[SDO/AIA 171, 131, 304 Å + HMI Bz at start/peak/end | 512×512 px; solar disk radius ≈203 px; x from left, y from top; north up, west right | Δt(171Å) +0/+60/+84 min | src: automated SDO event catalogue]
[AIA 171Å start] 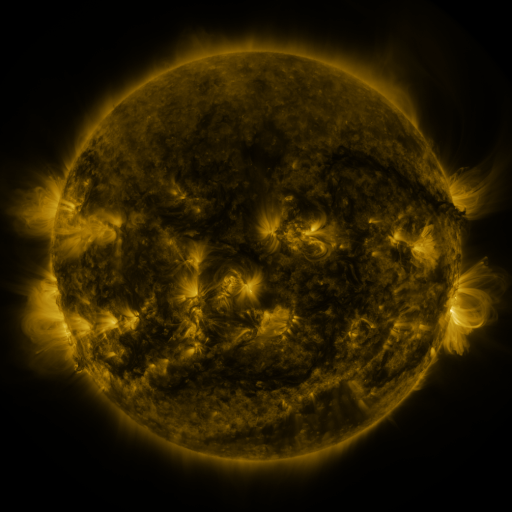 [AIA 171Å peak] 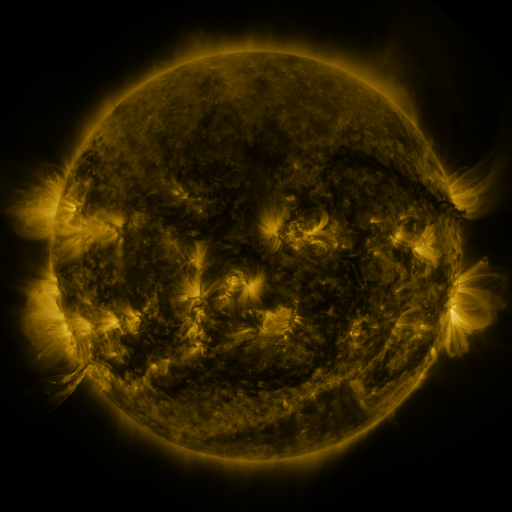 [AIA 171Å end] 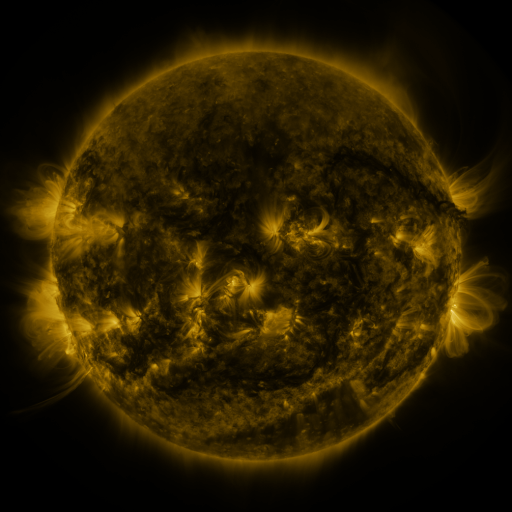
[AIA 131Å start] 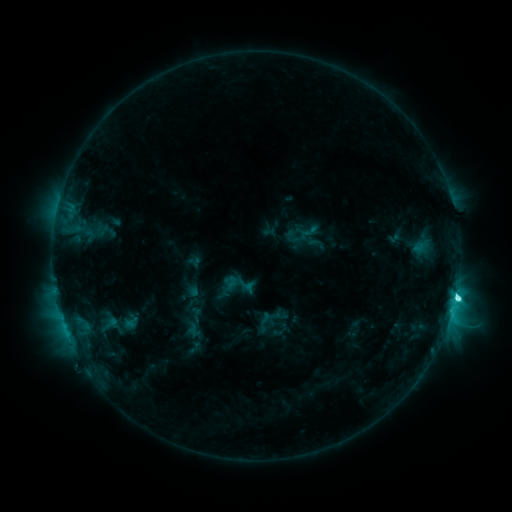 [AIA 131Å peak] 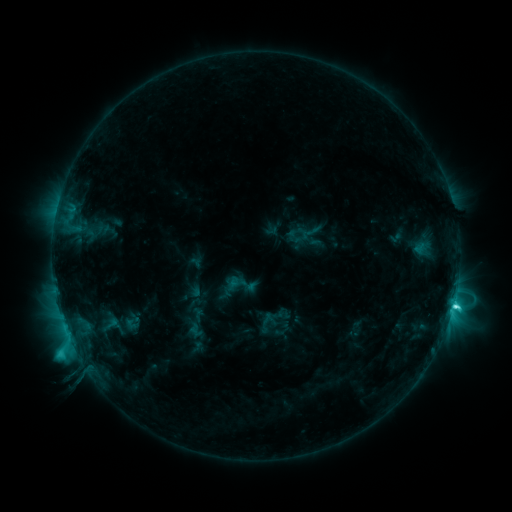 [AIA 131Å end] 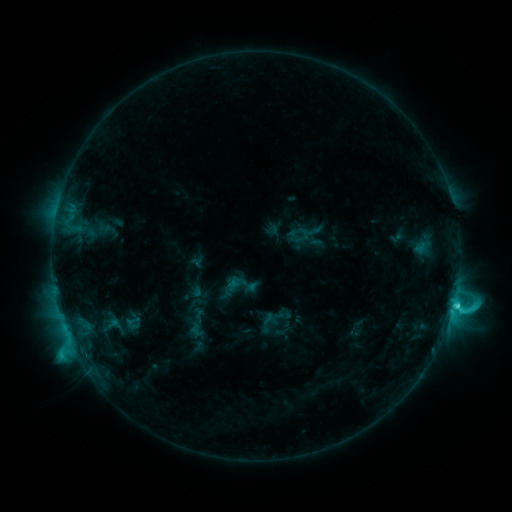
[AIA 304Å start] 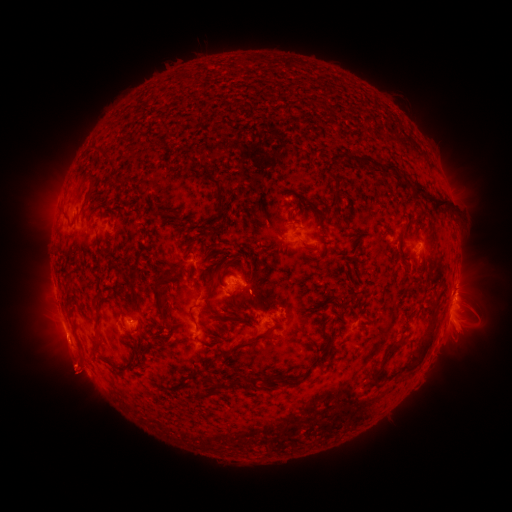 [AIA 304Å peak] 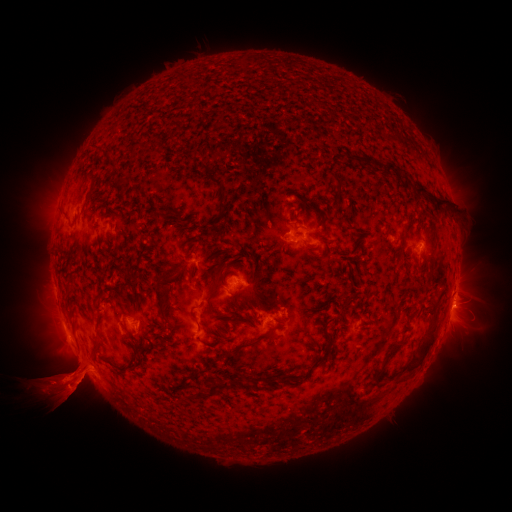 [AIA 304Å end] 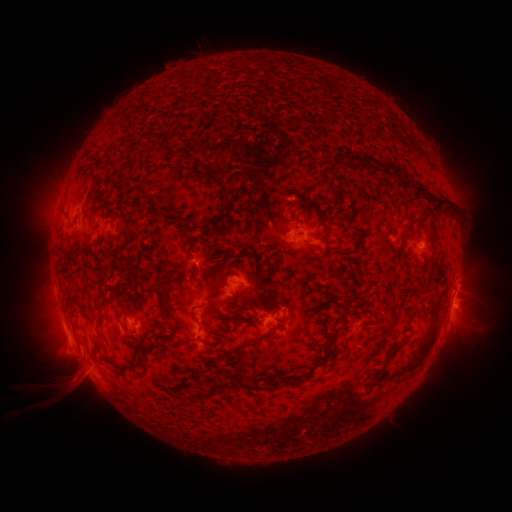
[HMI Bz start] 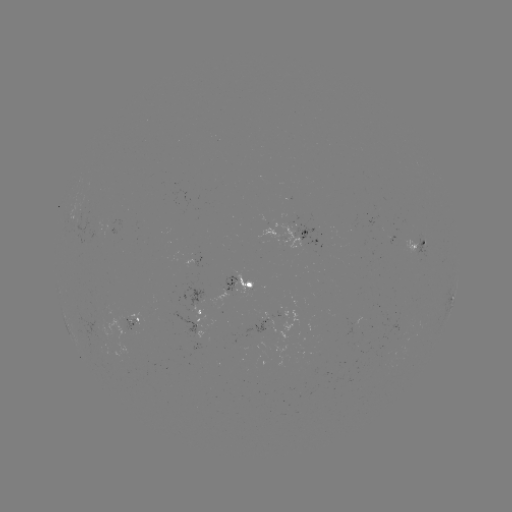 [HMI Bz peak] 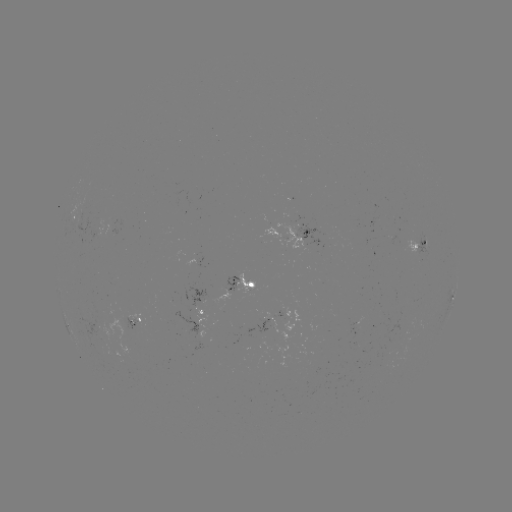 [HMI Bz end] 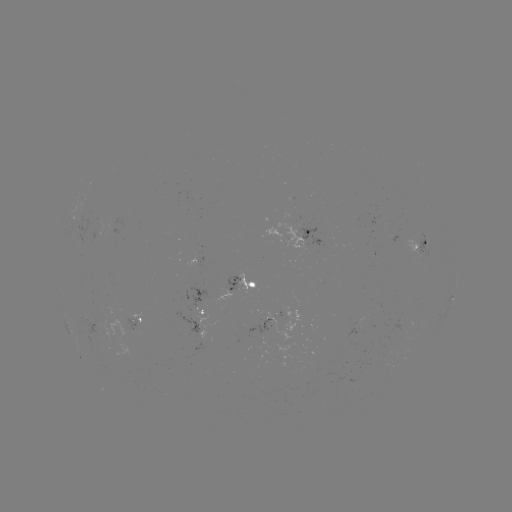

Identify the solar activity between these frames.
emerging-flux region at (424, 244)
